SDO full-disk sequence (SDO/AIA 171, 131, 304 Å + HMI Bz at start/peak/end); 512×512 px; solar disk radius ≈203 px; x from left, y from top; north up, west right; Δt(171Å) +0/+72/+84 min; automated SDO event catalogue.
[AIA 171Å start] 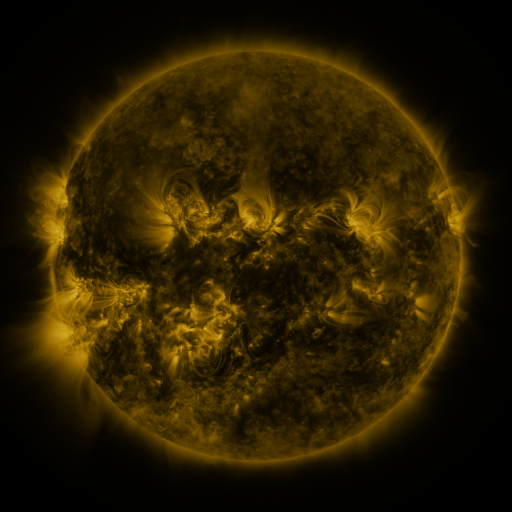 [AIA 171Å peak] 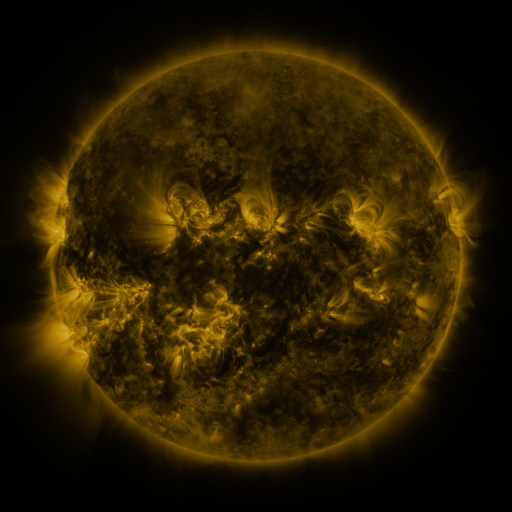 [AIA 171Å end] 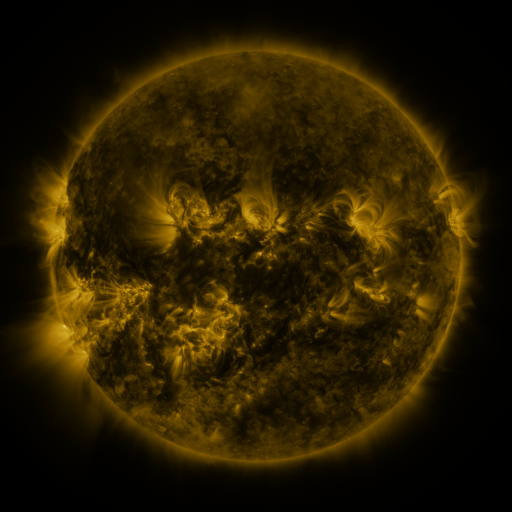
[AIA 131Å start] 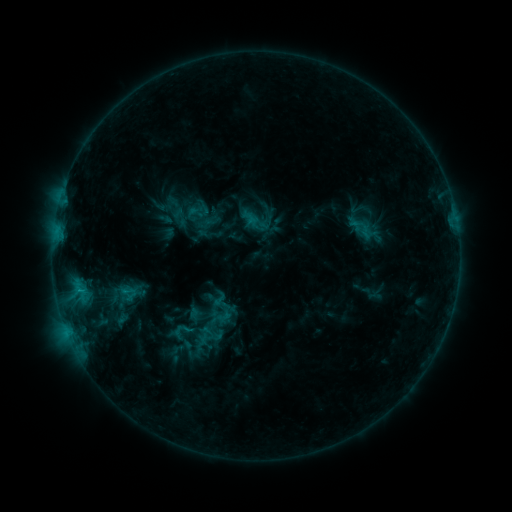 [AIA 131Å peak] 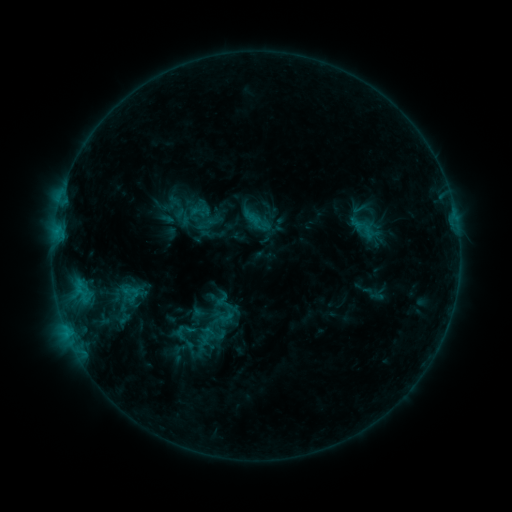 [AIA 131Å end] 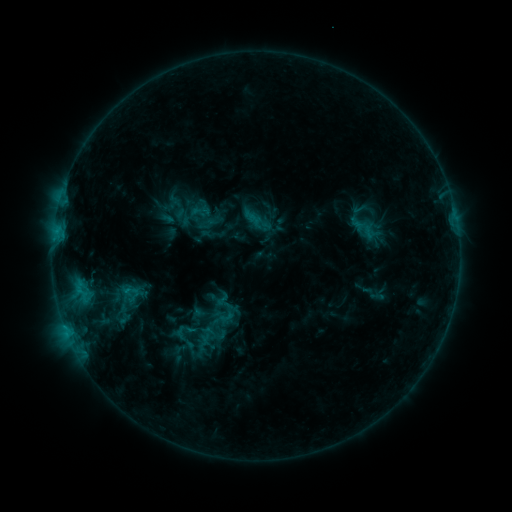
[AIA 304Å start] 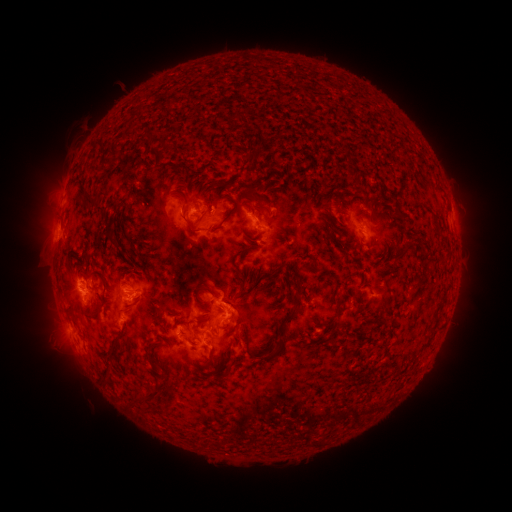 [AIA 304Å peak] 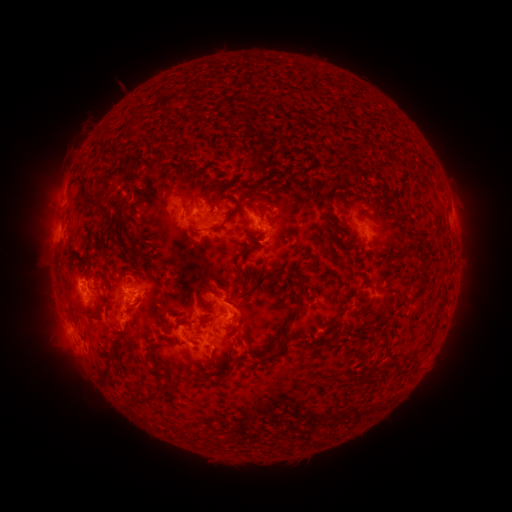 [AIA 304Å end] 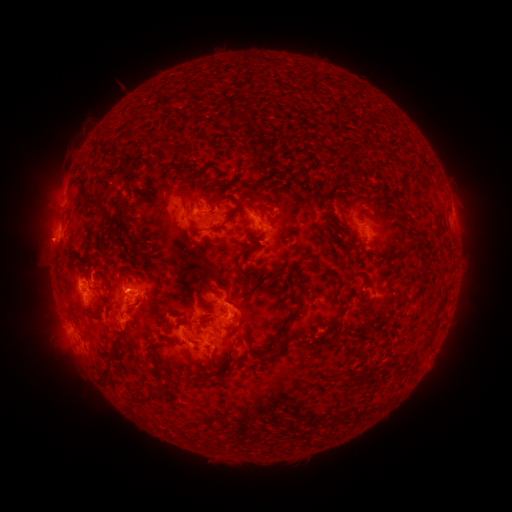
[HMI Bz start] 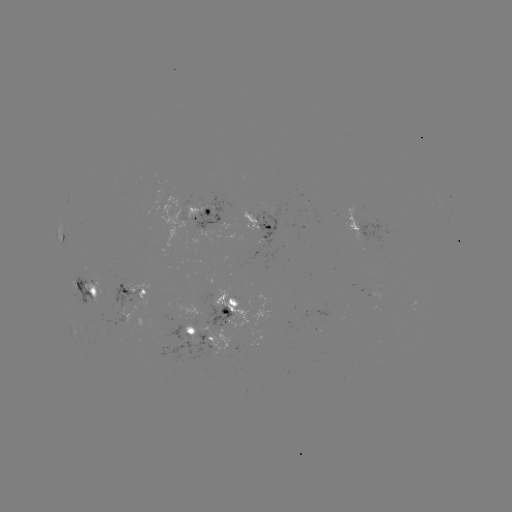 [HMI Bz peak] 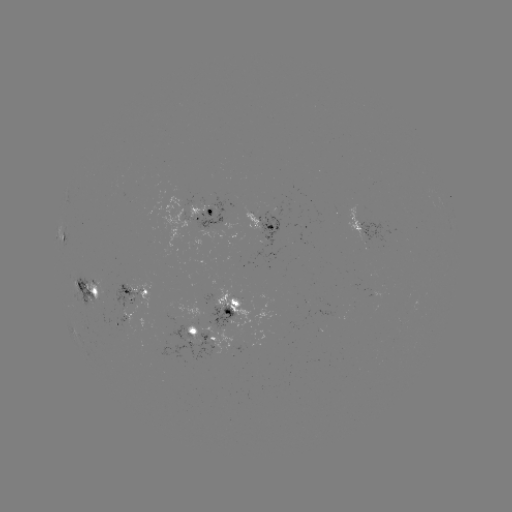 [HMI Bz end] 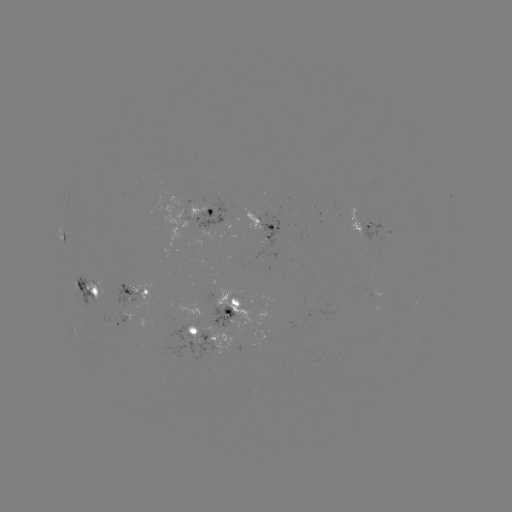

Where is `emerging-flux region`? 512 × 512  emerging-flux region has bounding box [116, 300, 145, 324].